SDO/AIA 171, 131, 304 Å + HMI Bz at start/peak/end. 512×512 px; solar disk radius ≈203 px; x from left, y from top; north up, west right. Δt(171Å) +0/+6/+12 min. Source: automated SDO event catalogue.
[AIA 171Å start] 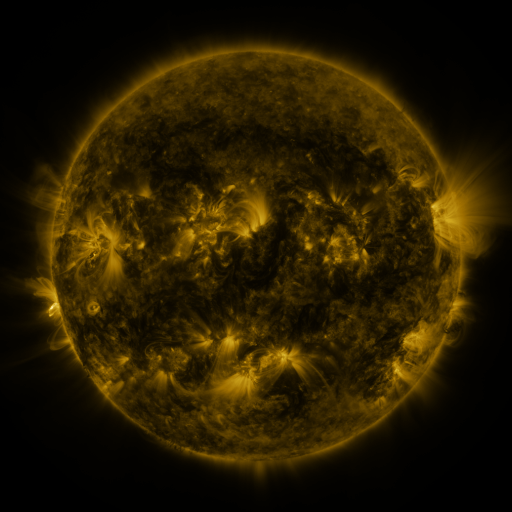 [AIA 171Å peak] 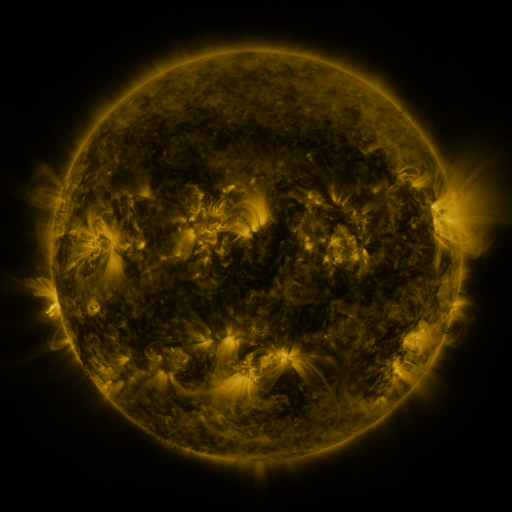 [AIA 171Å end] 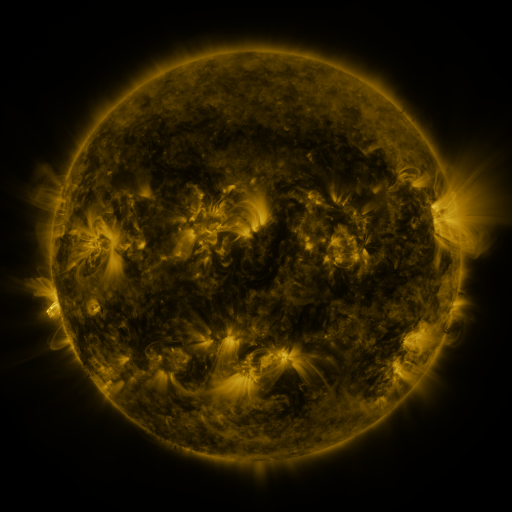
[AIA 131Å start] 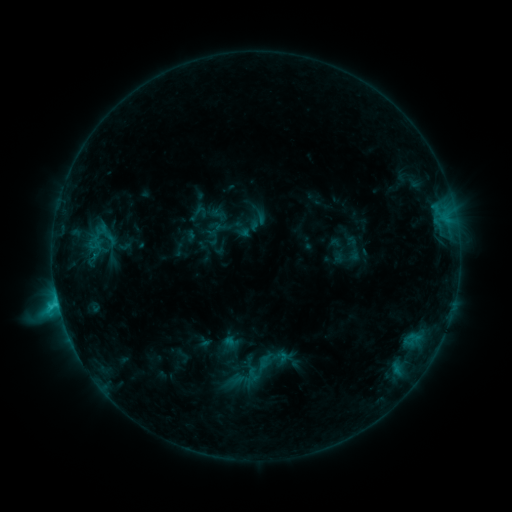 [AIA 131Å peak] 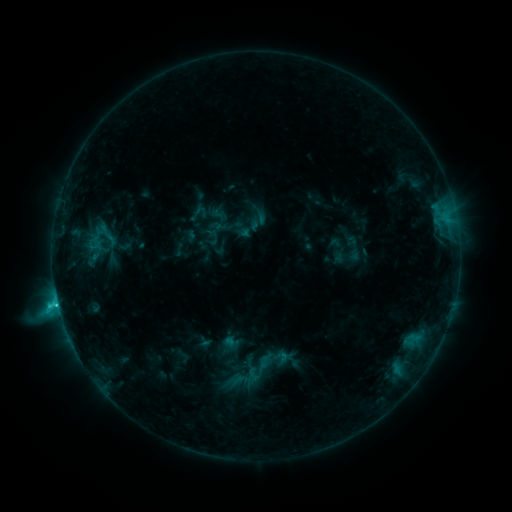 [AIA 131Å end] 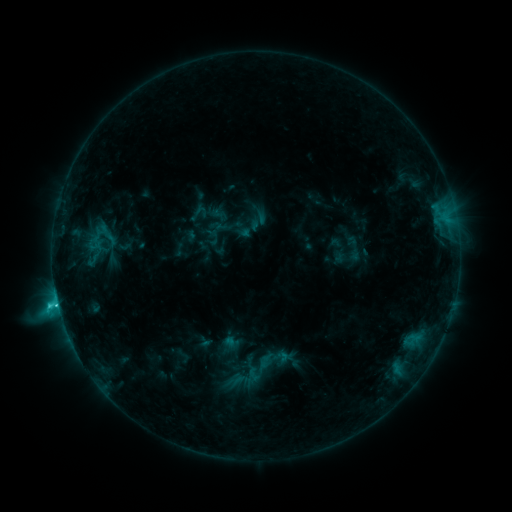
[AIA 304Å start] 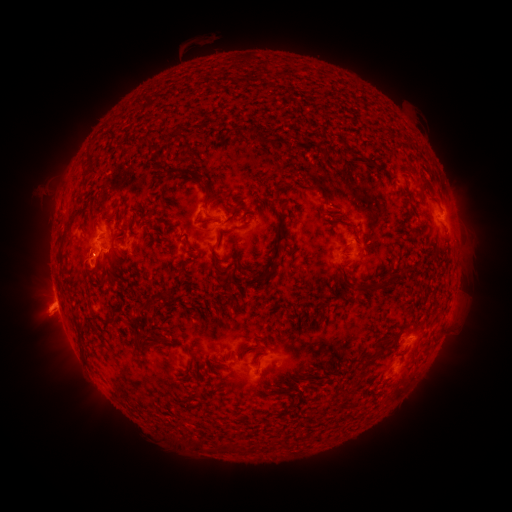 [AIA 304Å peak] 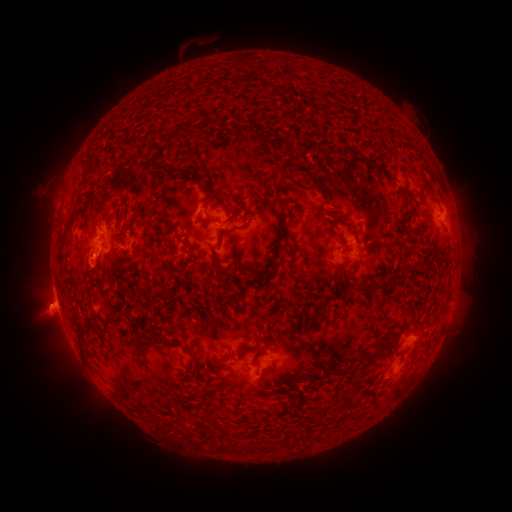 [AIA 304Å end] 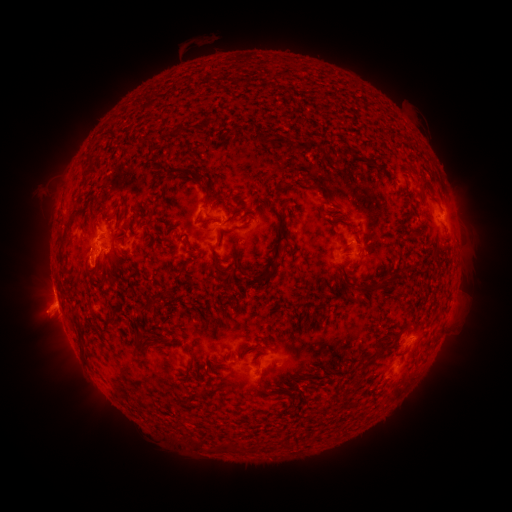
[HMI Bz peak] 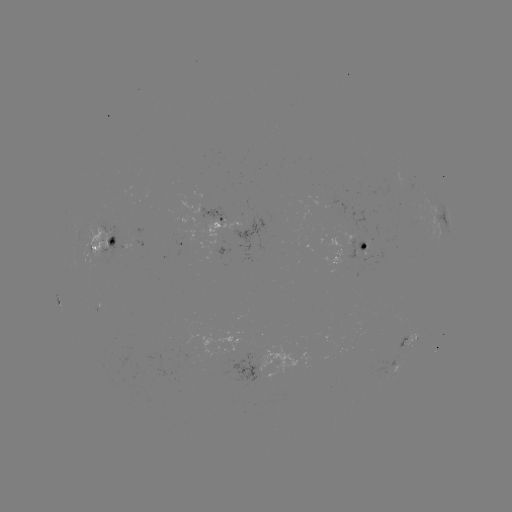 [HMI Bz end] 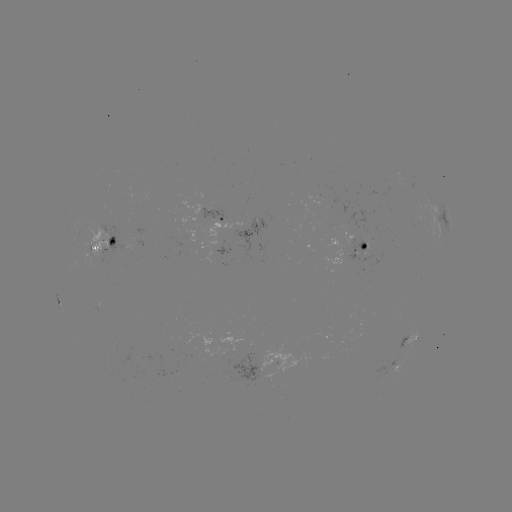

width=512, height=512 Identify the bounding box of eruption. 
[16, 280, 70, 335].